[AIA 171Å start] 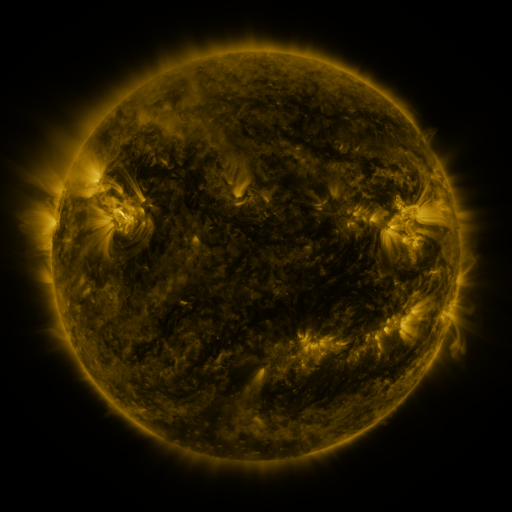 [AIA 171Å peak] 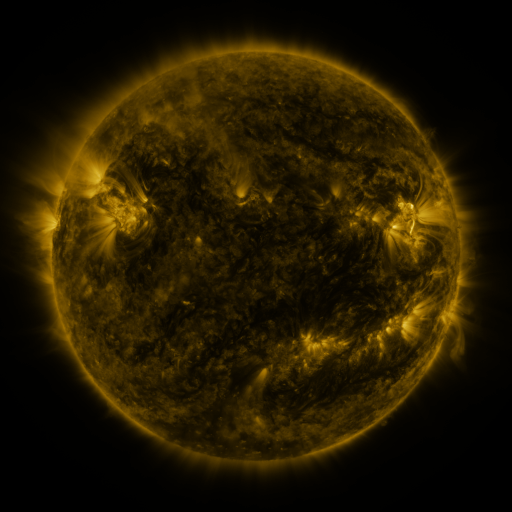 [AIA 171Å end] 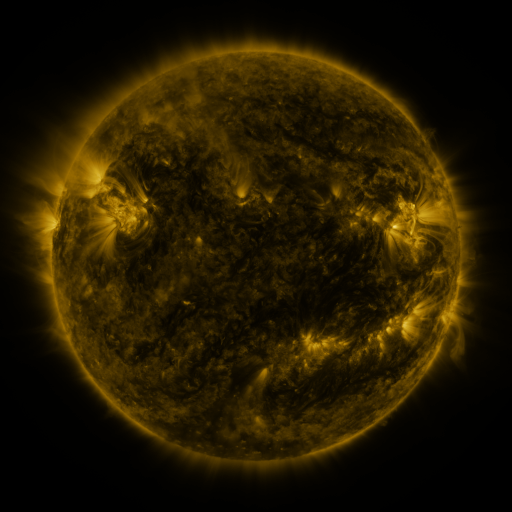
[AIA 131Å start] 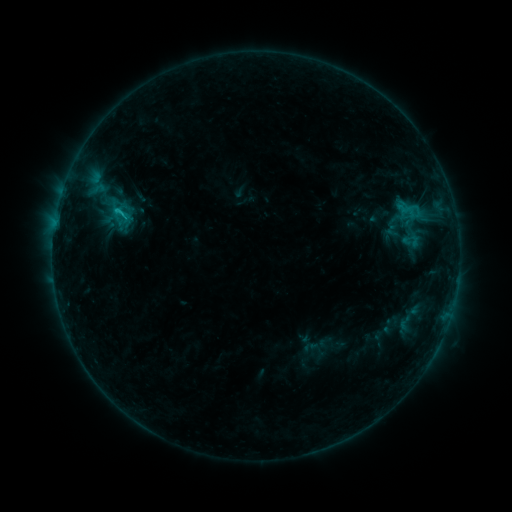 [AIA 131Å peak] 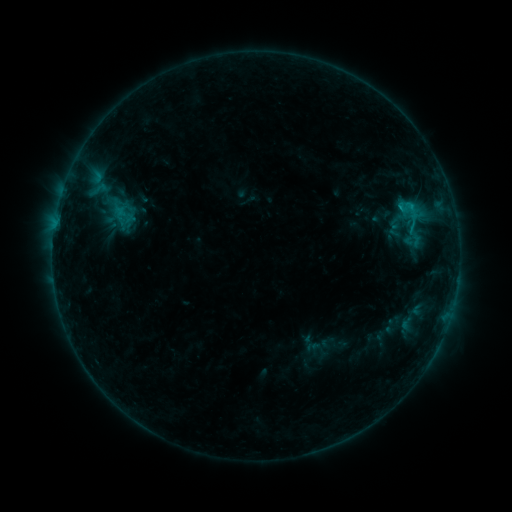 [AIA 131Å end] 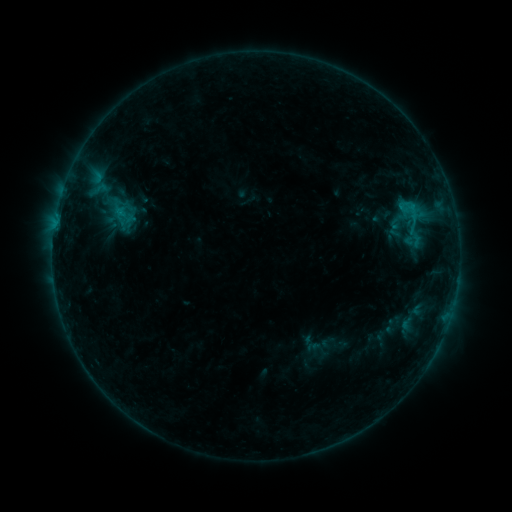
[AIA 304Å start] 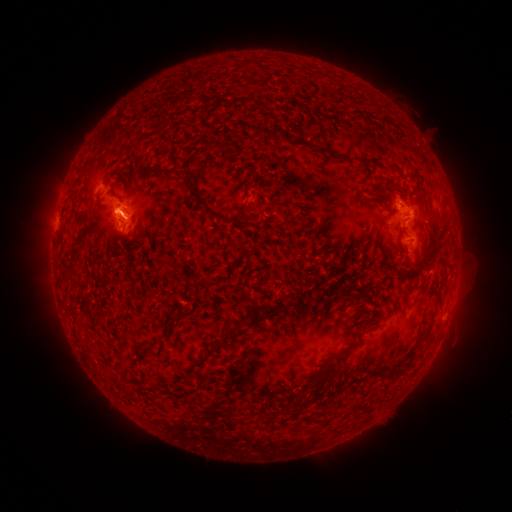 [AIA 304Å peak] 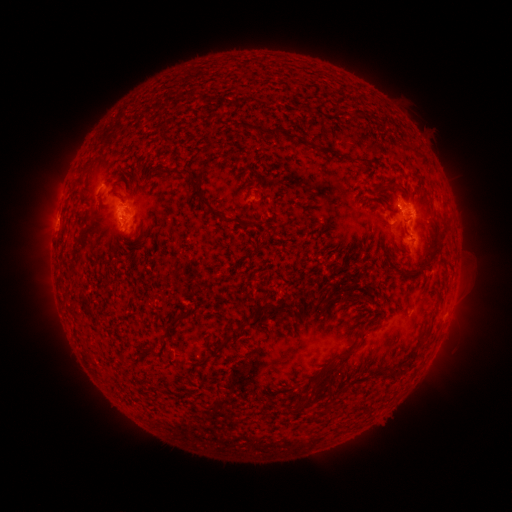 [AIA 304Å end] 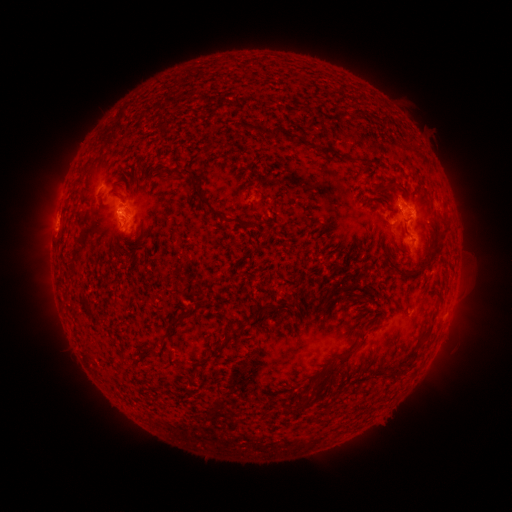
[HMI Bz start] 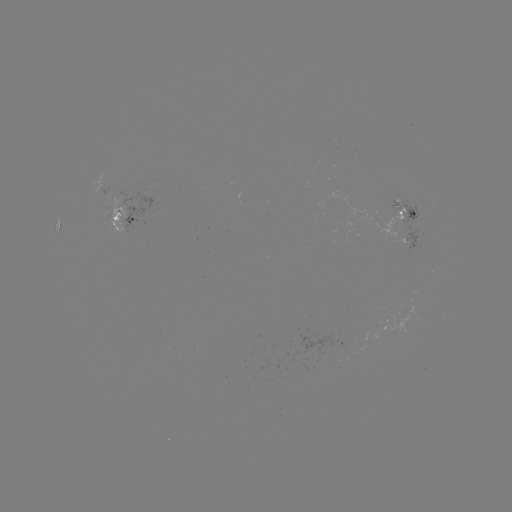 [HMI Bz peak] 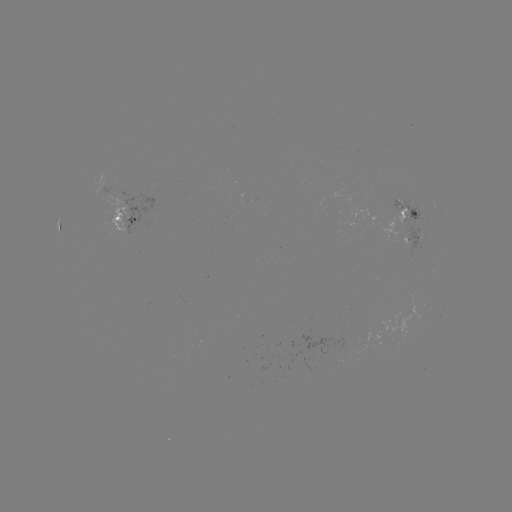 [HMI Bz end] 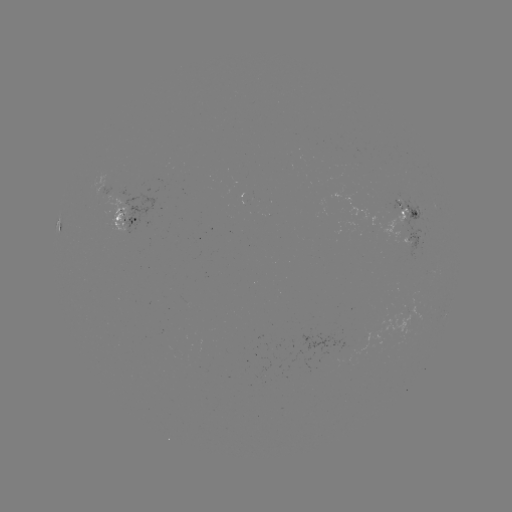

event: emerging-flux region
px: (420, 242)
